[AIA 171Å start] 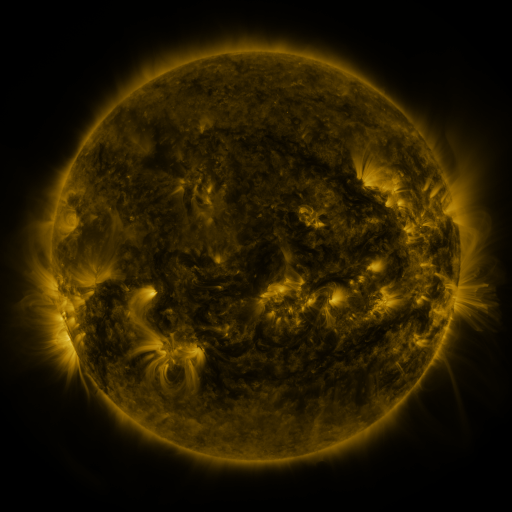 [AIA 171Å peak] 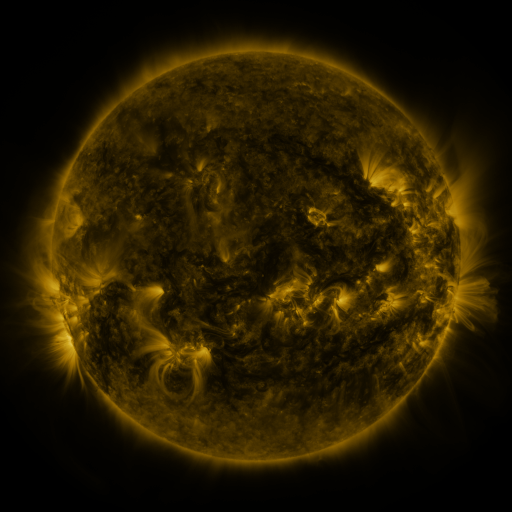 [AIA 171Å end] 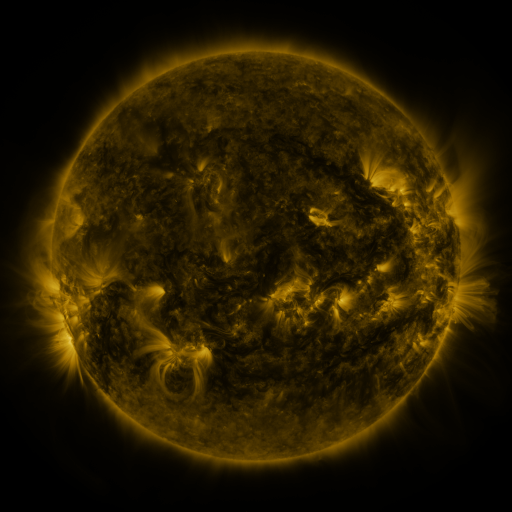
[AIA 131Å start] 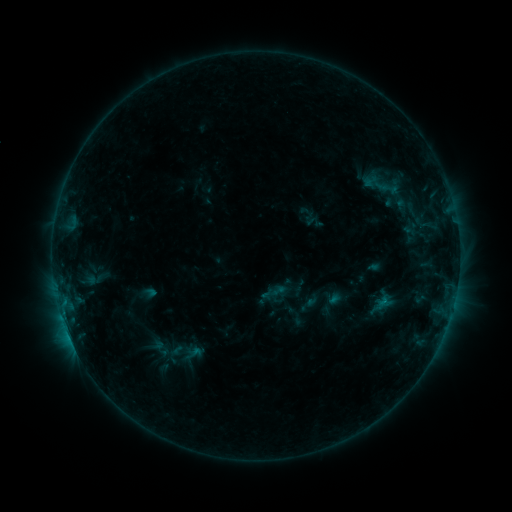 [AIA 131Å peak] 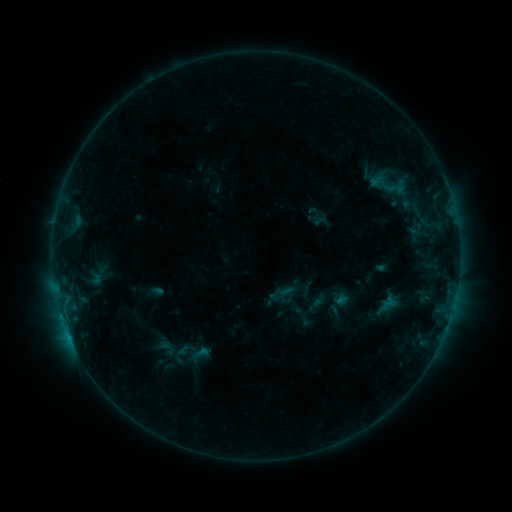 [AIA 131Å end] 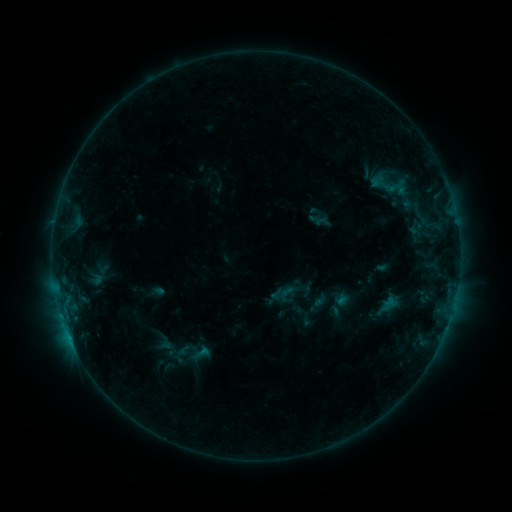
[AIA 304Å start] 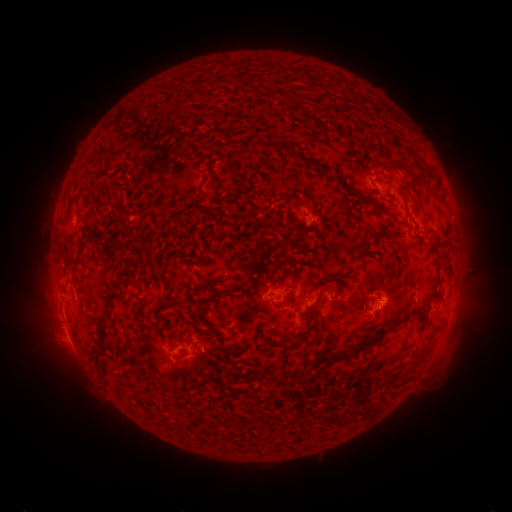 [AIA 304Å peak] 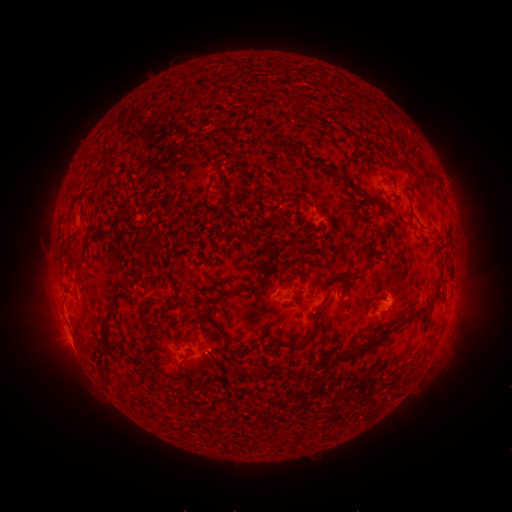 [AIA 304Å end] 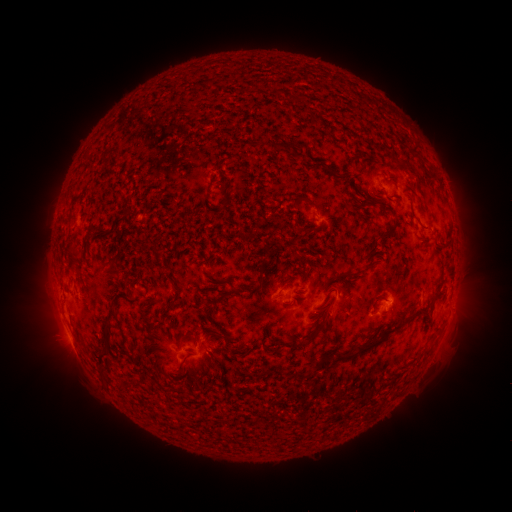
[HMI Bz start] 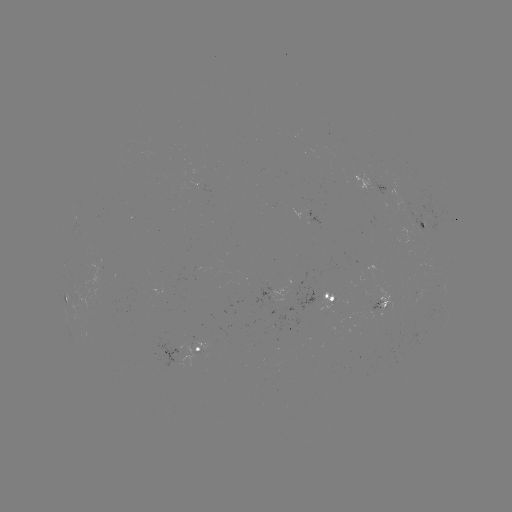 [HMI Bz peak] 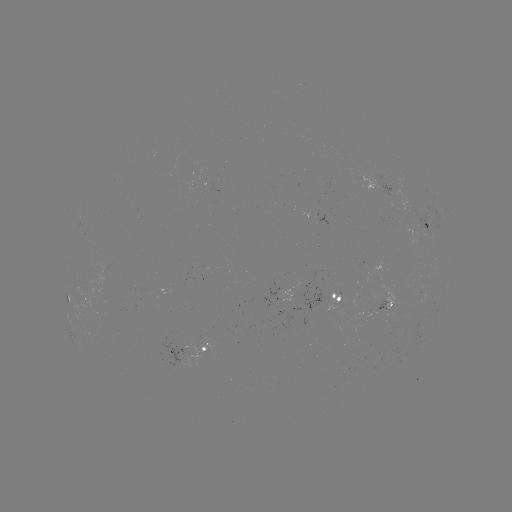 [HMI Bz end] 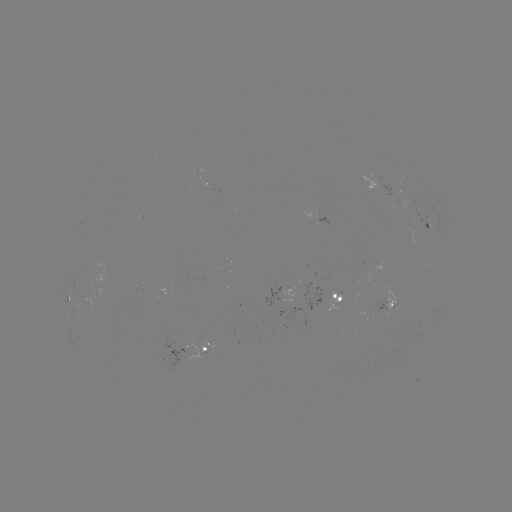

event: emerging-flux region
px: (337, 298)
